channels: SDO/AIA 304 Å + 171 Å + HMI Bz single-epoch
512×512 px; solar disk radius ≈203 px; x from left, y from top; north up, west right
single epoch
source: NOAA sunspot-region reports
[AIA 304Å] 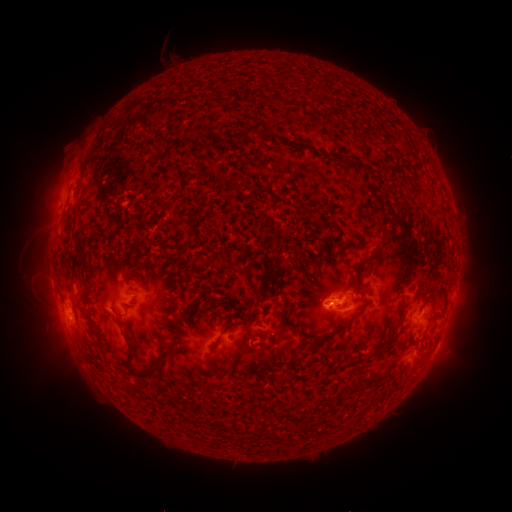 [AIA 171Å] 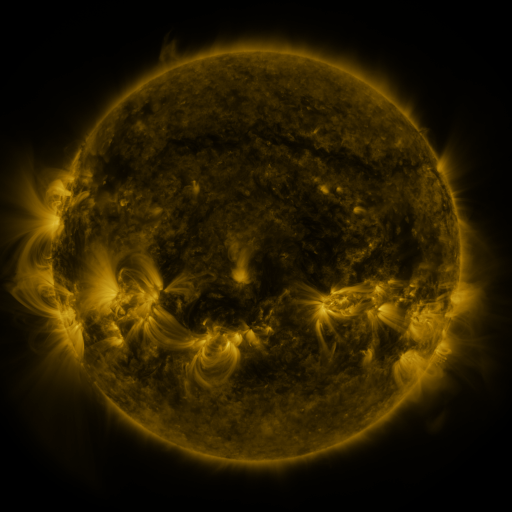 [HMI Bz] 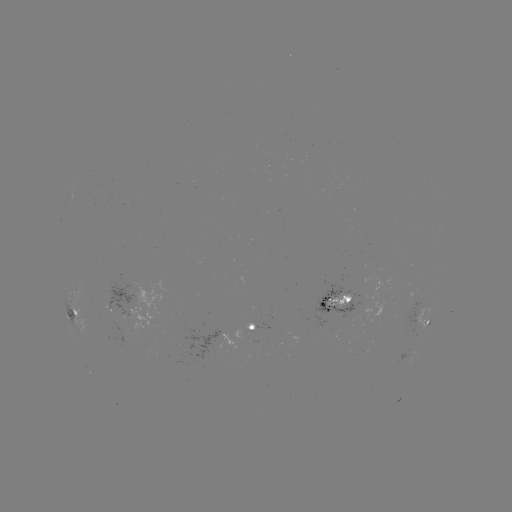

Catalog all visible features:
spotted active region: (340, 301)
spotted active region: (81, 312)
spotted active region: (426, 315)
spotted active region: (252, 329)
spotted active region: (407, 357)
